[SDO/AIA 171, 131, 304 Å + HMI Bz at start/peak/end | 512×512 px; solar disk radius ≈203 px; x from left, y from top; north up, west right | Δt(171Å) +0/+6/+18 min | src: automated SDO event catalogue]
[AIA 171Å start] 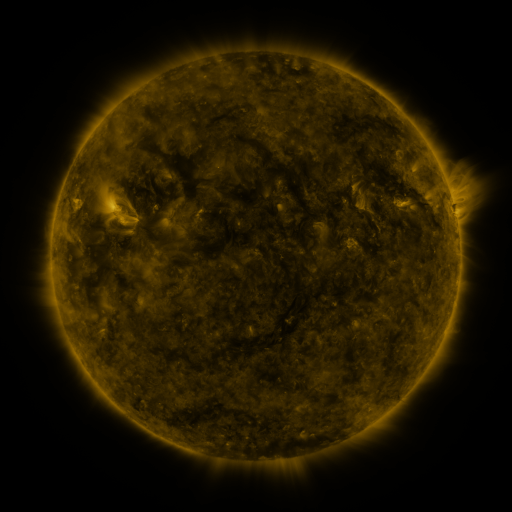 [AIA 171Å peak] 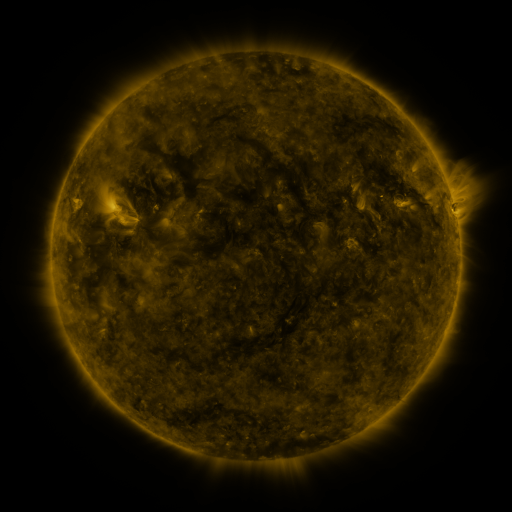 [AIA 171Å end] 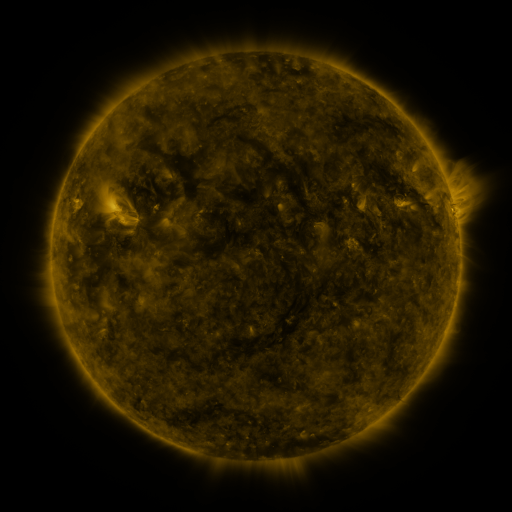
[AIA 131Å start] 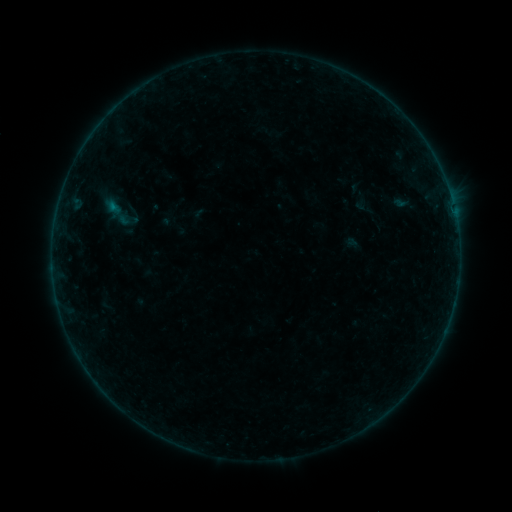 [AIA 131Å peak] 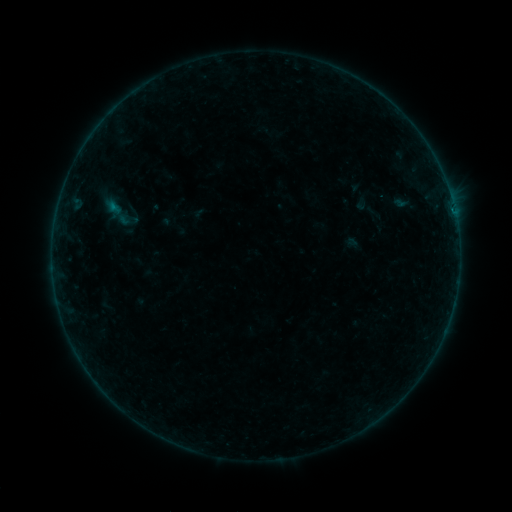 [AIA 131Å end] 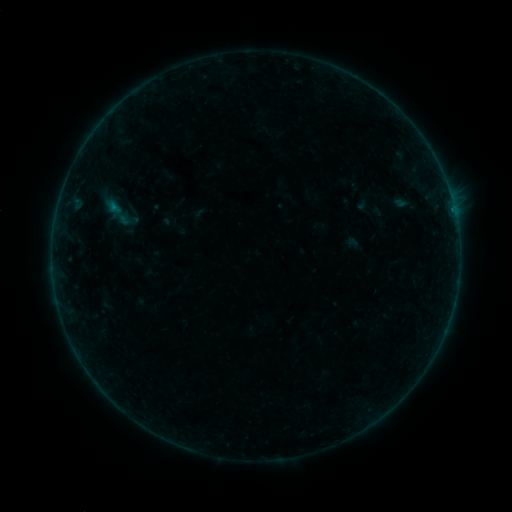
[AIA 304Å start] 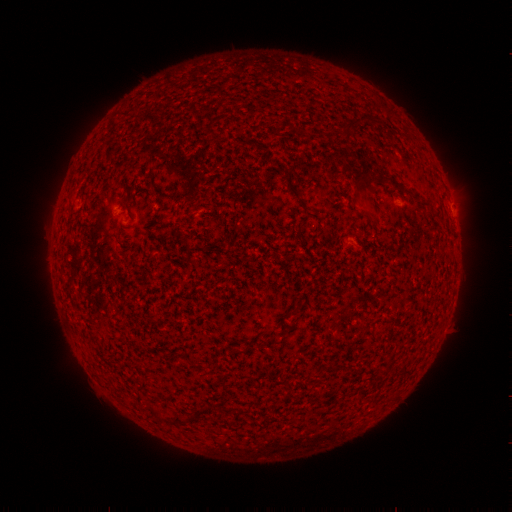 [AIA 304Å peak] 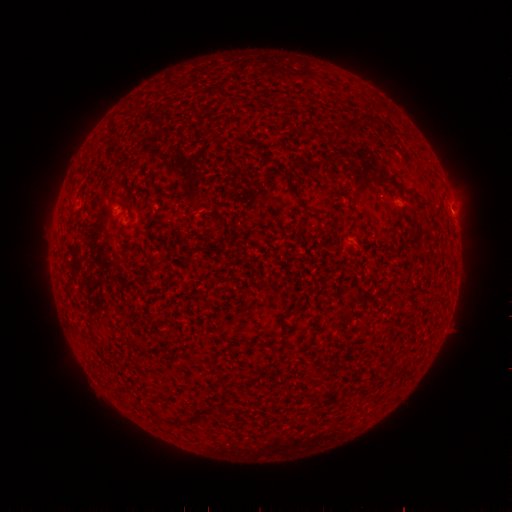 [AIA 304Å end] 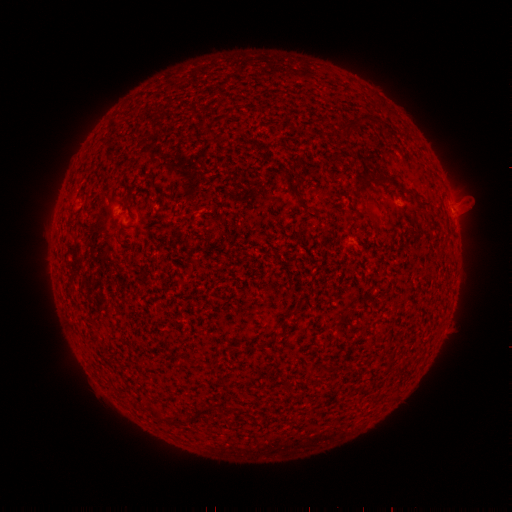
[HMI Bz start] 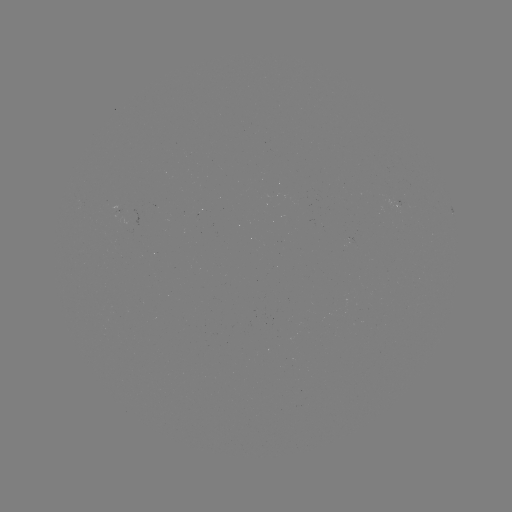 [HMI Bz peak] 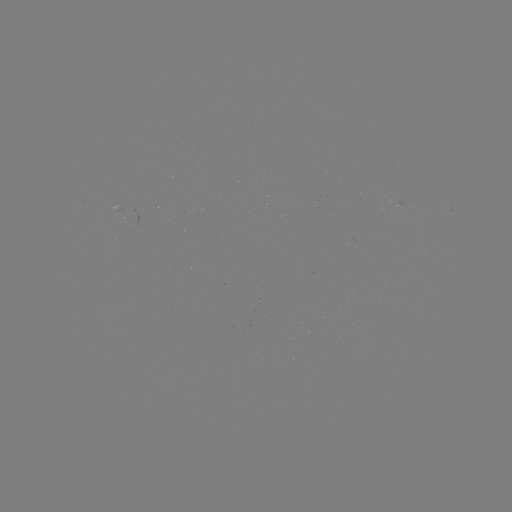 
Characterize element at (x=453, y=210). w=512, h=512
B1.8 flare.